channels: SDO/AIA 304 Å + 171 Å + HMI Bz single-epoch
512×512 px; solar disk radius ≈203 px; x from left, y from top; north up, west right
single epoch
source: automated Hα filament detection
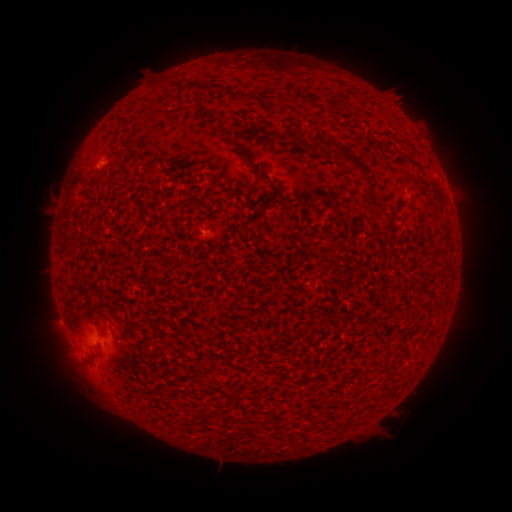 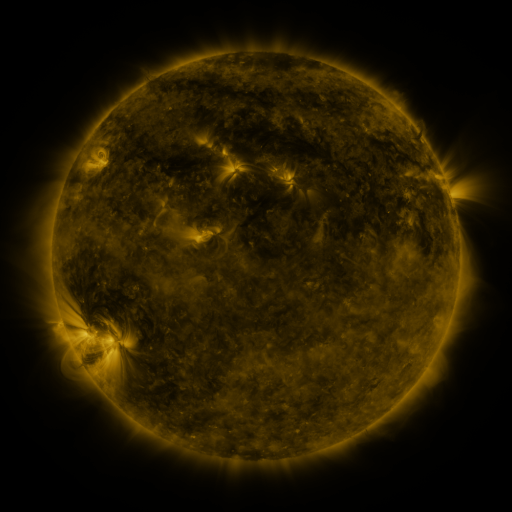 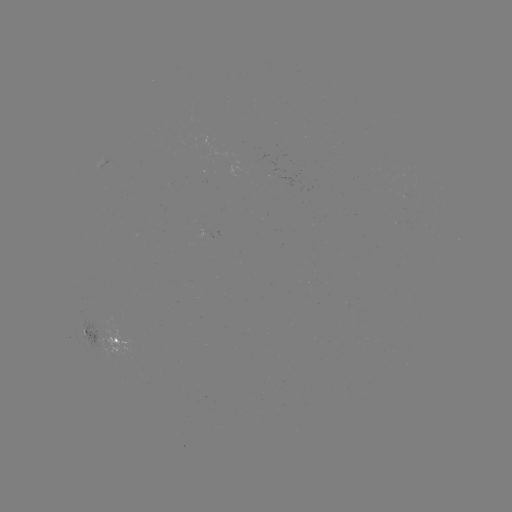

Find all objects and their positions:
filament: (209, 88)
filament: (313, 101)
filament: (343, 103)
filament: (246, 131)
filament: (290, 137)
filament: (322, 141)
filament: (130, 143)
filament: (256, 165)
filament: (360, 167)
filament: (154, 170)
filament: (429, 238)
